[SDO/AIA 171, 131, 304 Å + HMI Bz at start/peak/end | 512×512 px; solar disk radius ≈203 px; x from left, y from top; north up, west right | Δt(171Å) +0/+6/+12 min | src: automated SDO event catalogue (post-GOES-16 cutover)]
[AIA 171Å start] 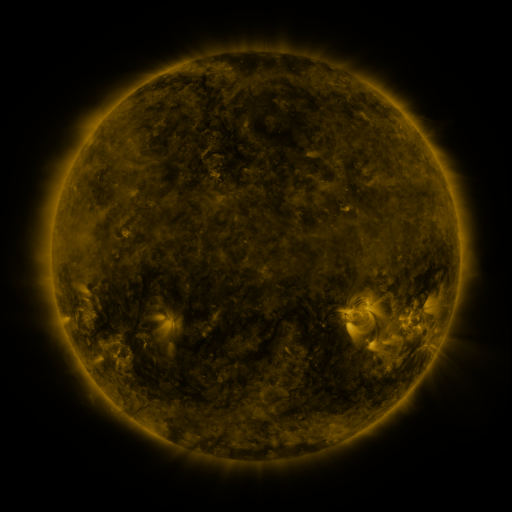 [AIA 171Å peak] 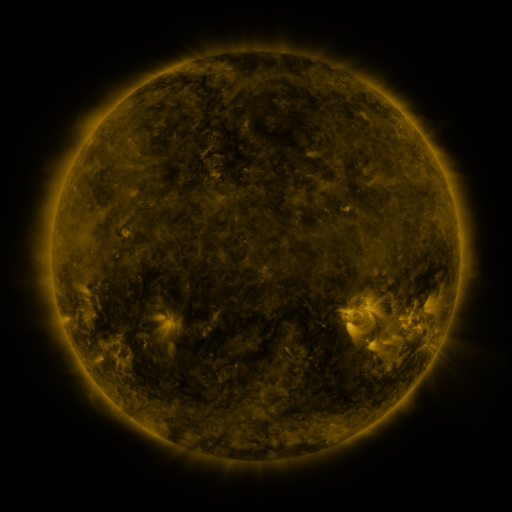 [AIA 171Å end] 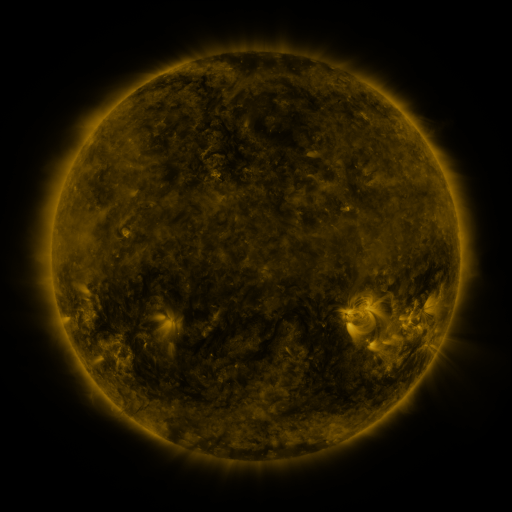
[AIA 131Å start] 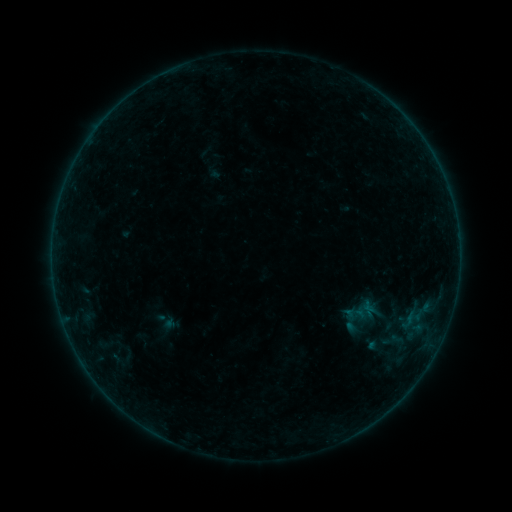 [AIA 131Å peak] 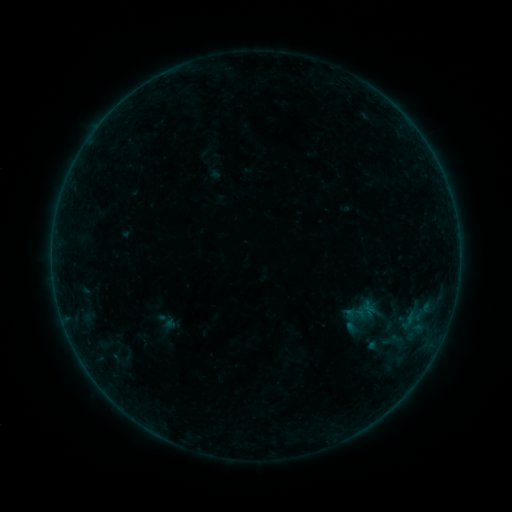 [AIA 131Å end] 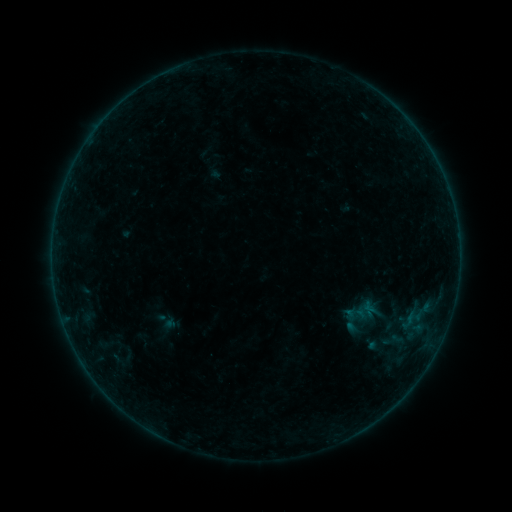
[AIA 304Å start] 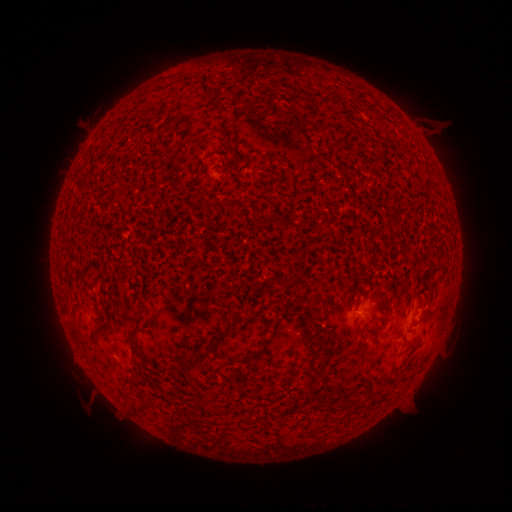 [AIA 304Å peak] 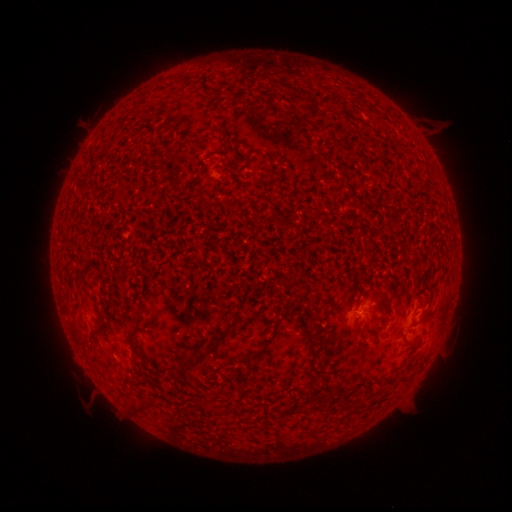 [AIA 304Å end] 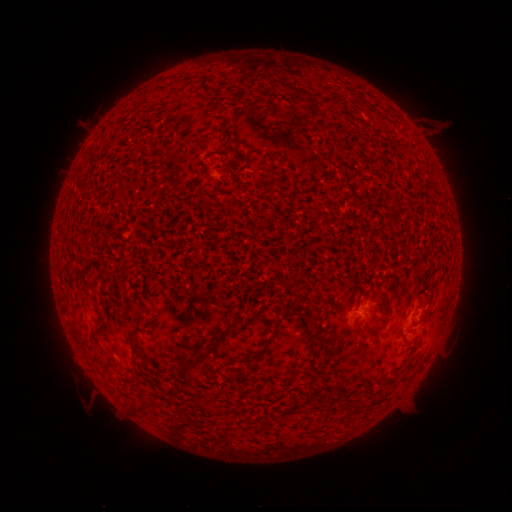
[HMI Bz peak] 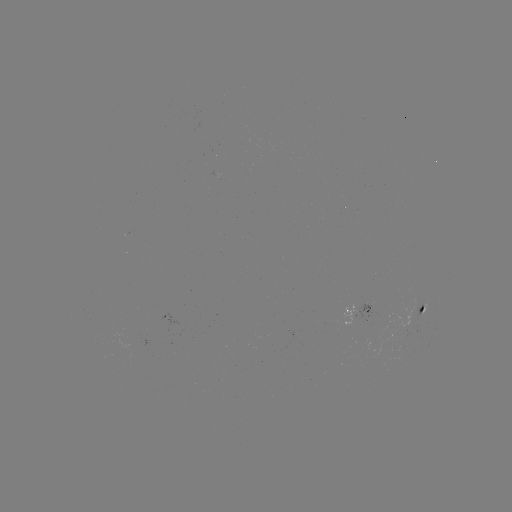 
nothing was catalogued: no classed flare, no EUV trigger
